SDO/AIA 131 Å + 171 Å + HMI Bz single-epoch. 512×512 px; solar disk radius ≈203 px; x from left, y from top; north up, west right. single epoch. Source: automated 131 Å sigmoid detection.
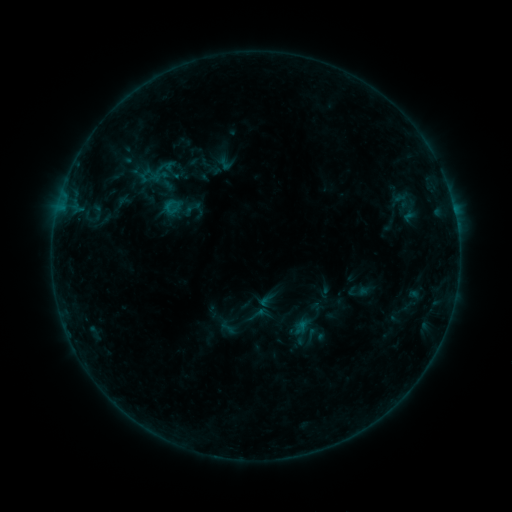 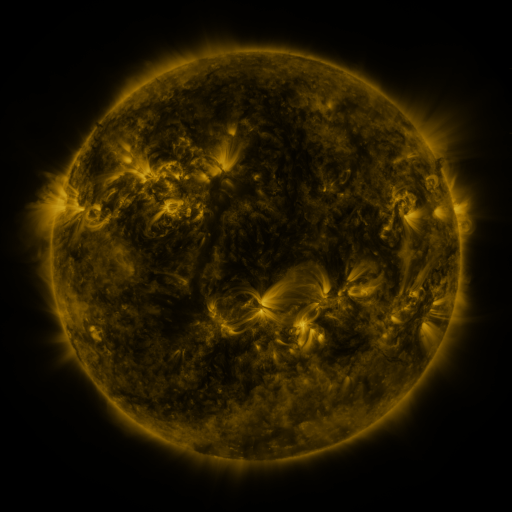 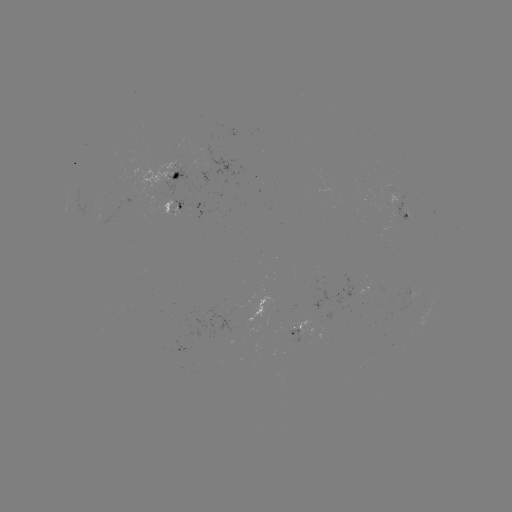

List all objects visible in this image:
sigmoid: (225, 163)
sigmoid: (200, 210)
sigmoid: (256, 315)
